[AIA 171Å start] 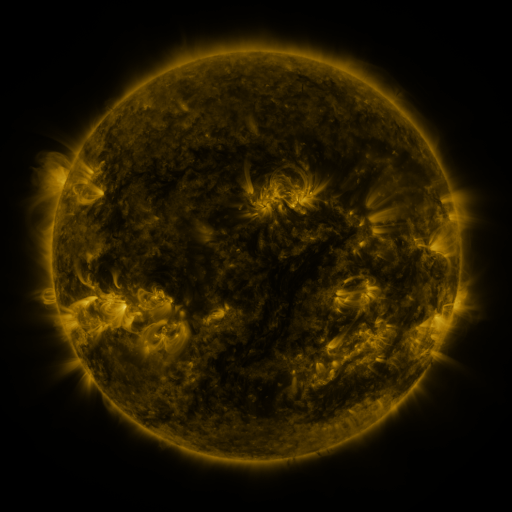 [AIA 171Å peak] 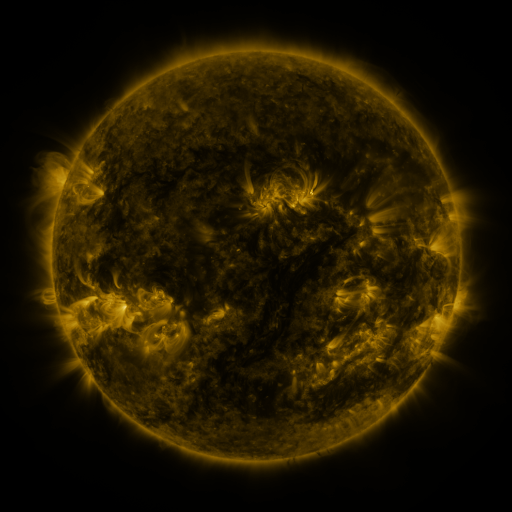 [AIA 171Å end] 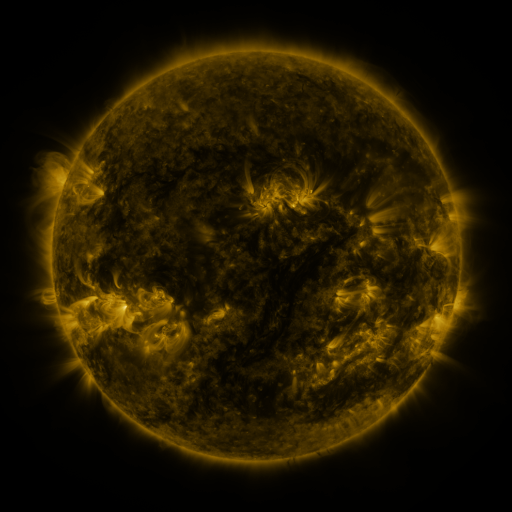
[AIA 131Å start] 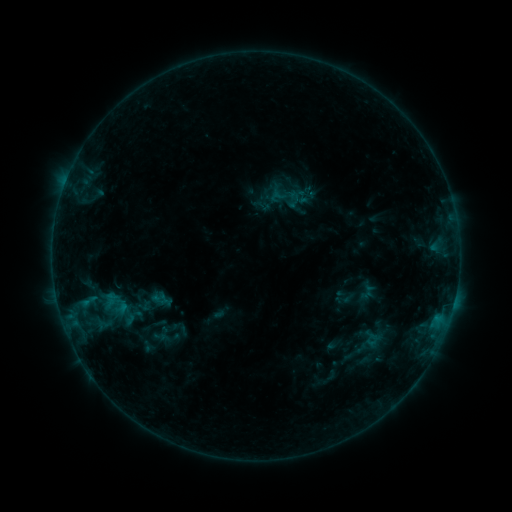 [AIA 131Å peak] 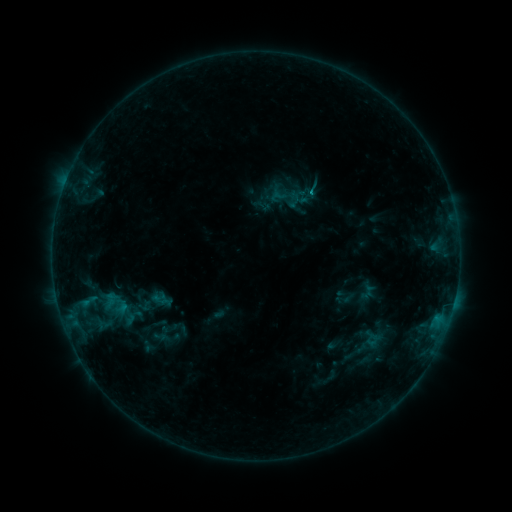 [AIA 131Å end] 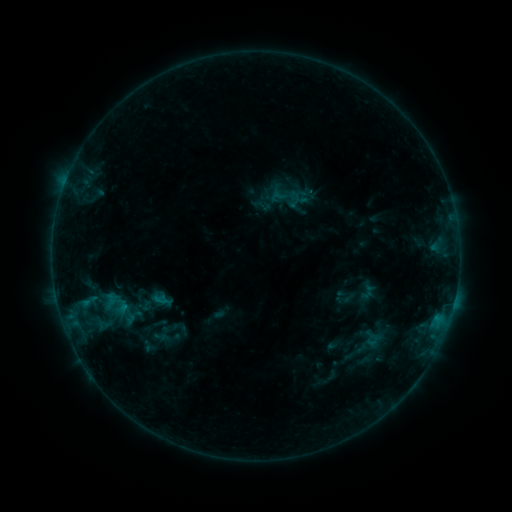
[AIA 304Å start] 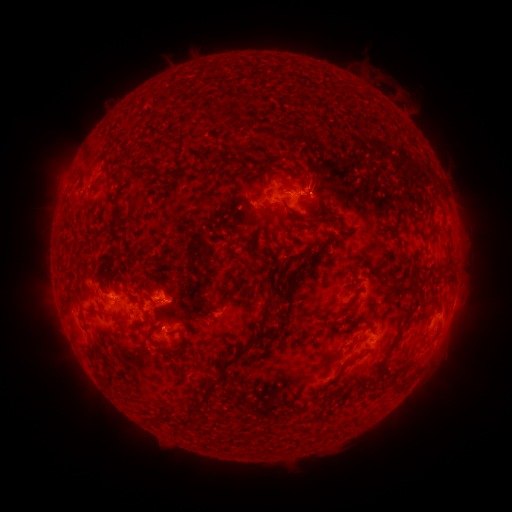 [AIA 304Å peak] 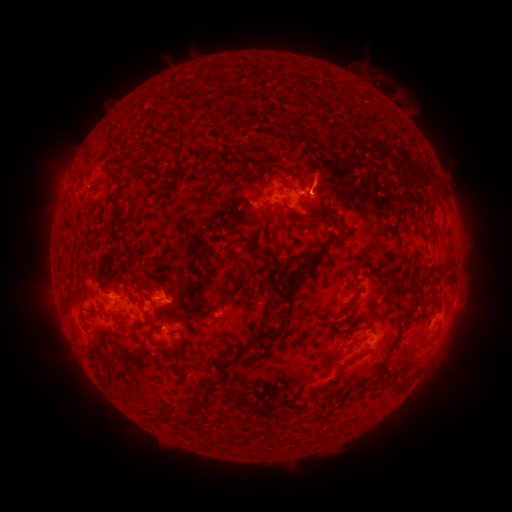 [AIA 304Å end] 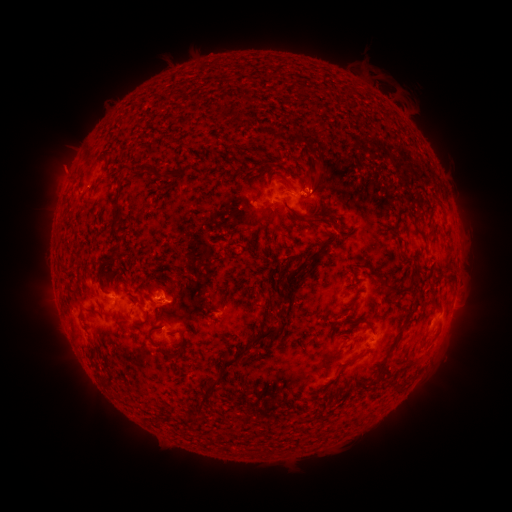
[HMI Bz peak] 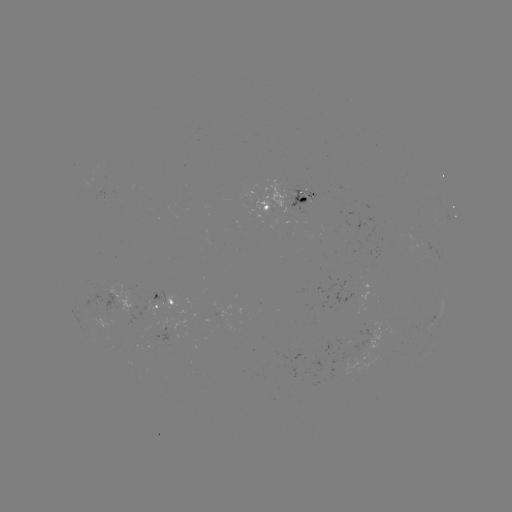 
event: flare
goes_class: B6.2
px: (308, 195)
